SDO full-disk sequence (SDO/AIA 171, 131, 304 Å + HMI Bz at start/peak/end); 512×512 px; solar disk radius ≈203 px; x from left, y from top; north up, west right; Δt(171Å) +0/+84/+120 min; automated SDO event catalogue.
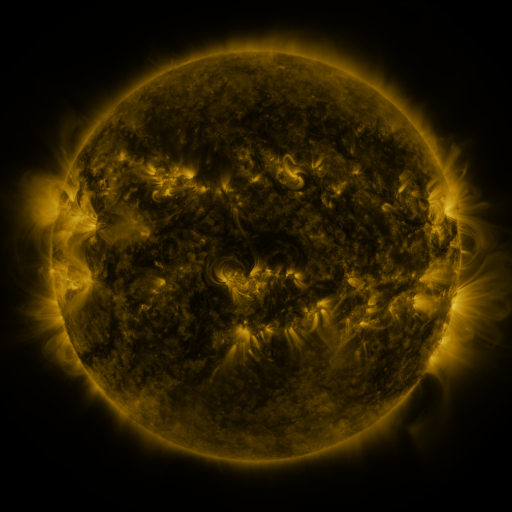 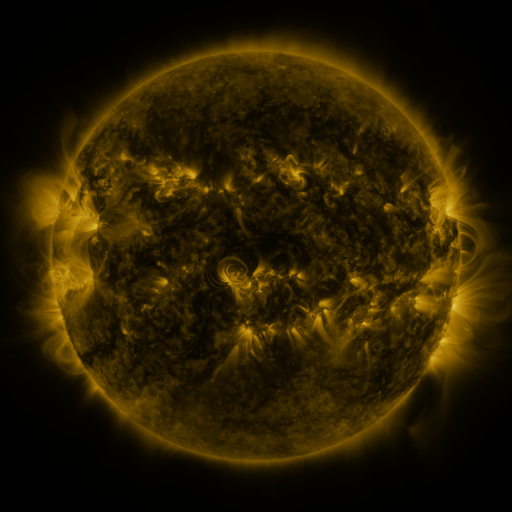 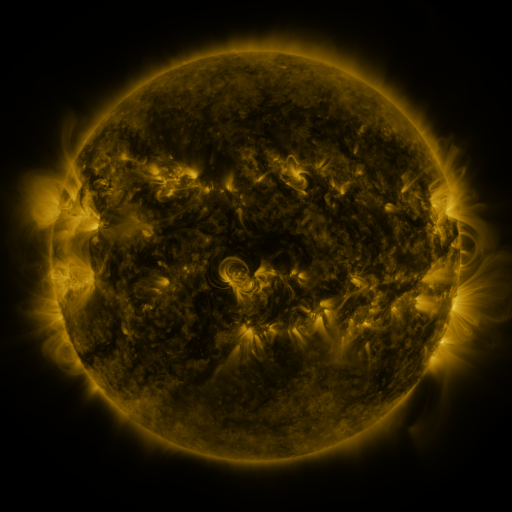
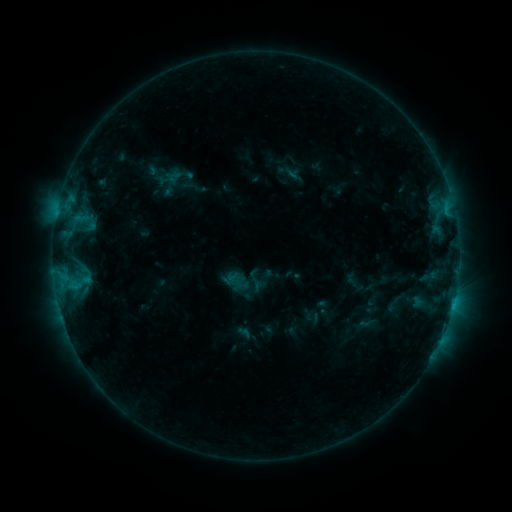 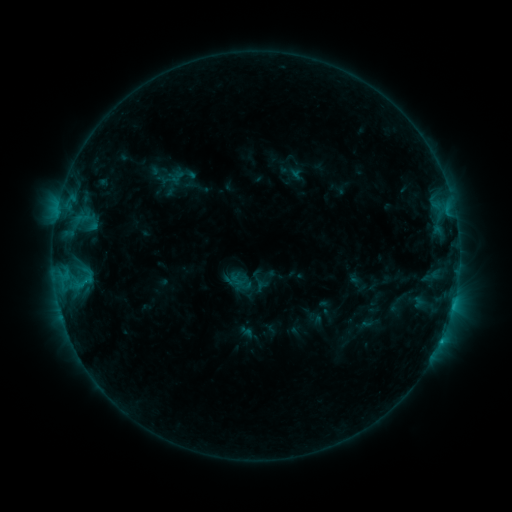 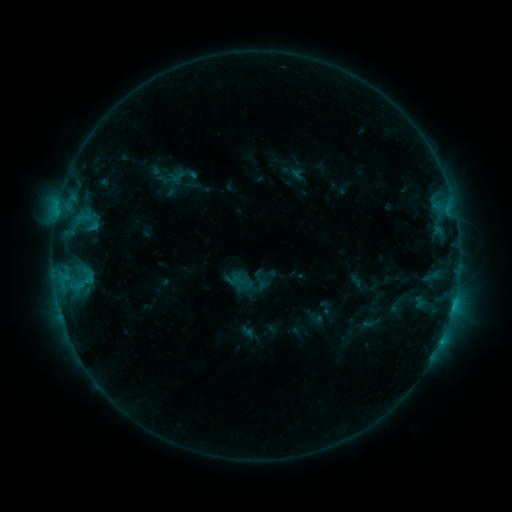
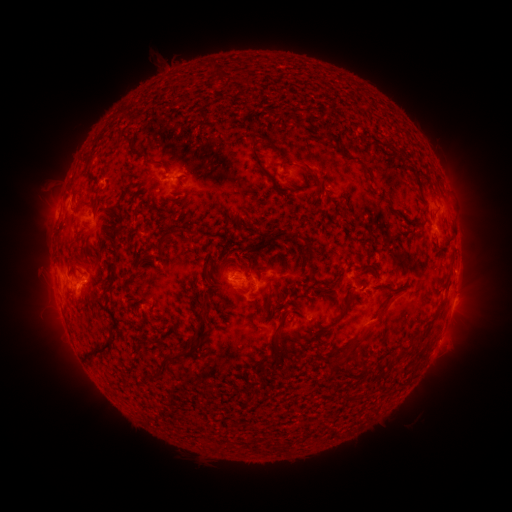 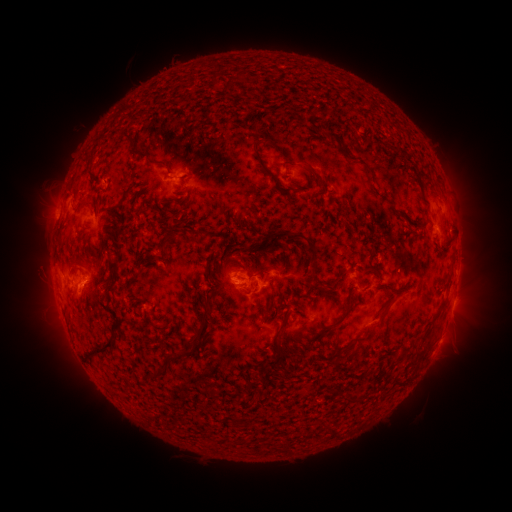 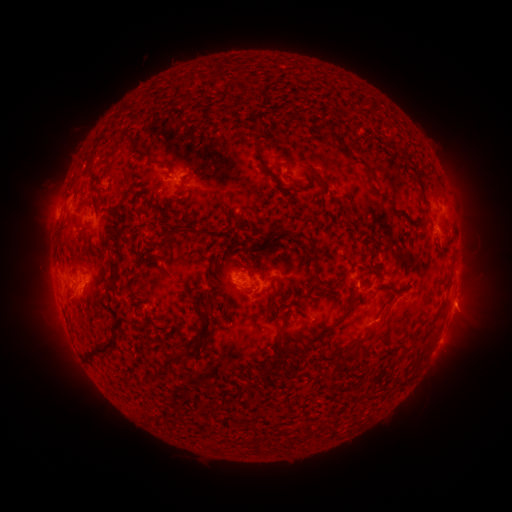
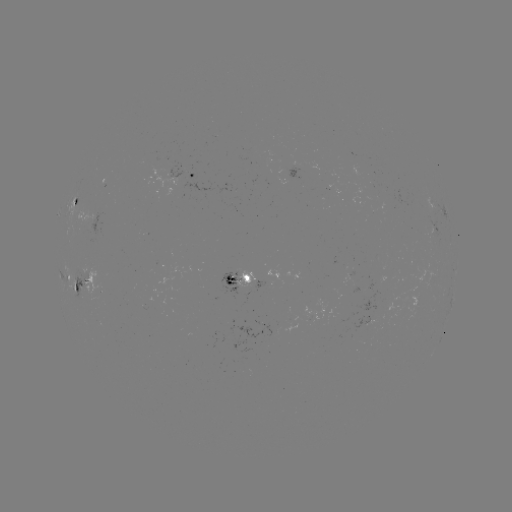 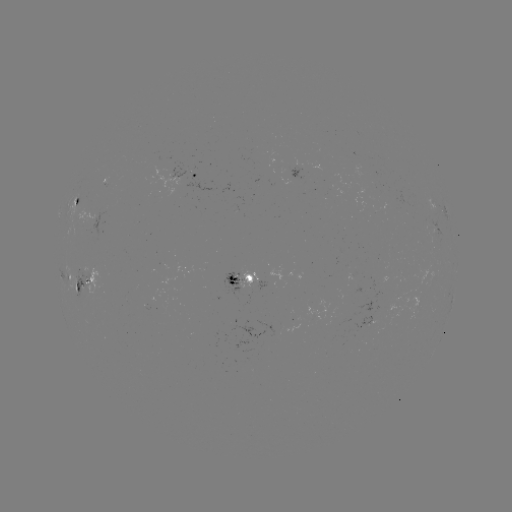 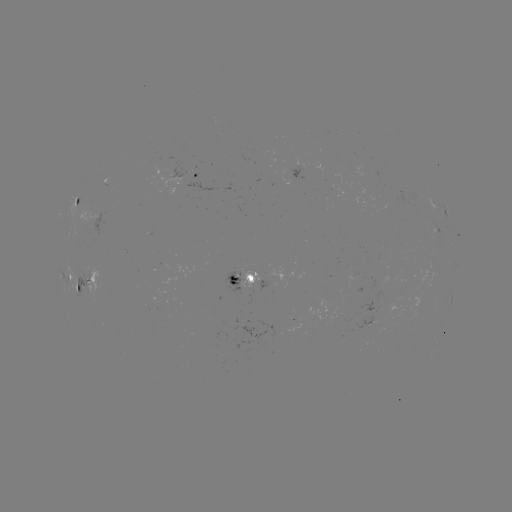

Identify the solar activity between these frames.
emerging-flux region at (94, 224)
